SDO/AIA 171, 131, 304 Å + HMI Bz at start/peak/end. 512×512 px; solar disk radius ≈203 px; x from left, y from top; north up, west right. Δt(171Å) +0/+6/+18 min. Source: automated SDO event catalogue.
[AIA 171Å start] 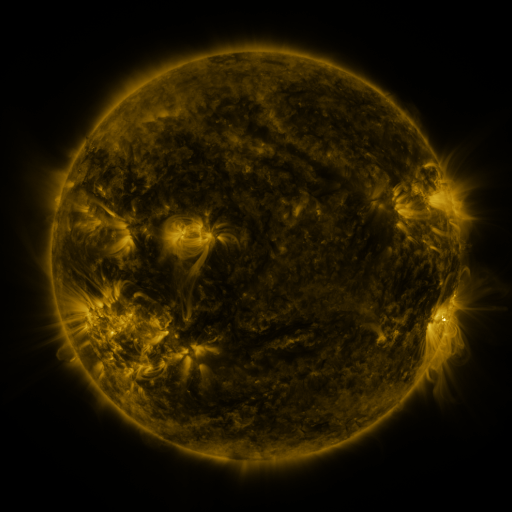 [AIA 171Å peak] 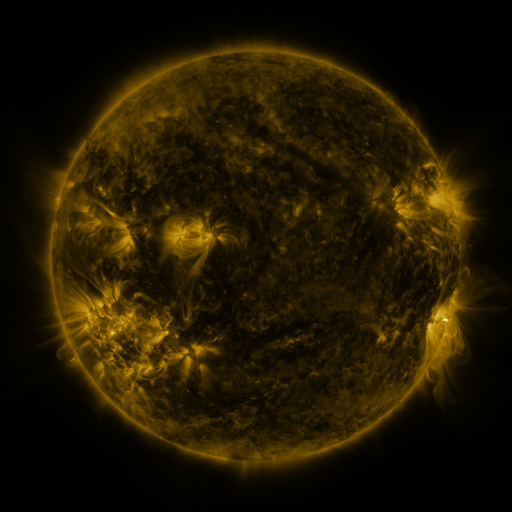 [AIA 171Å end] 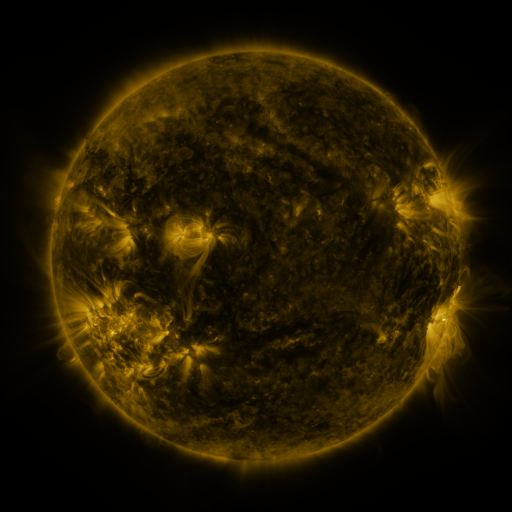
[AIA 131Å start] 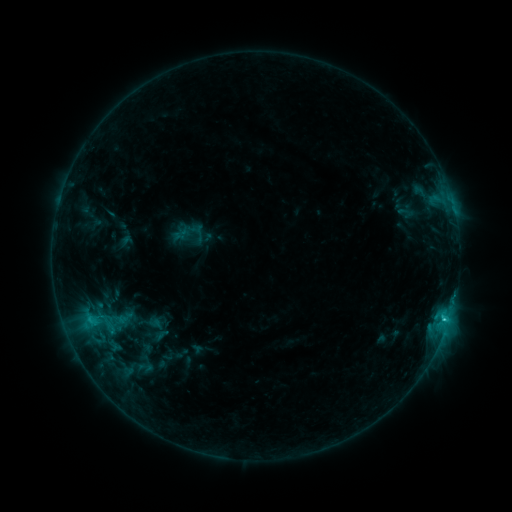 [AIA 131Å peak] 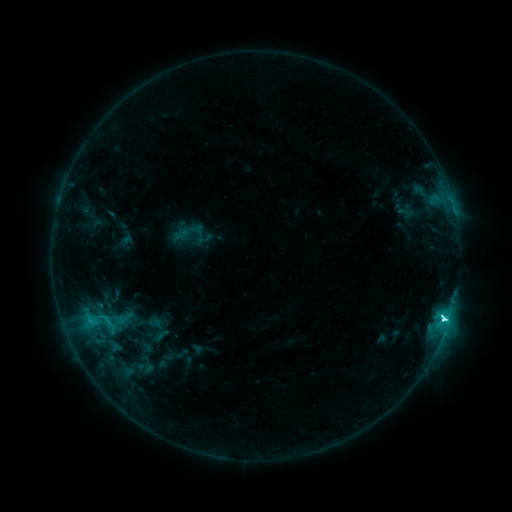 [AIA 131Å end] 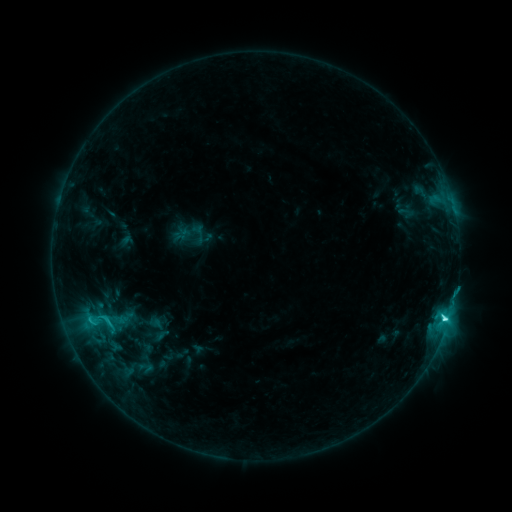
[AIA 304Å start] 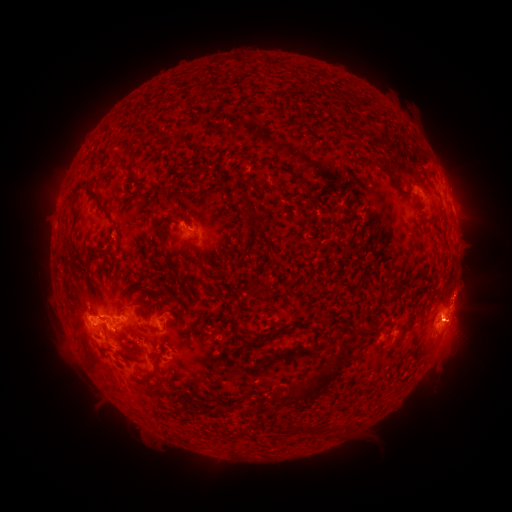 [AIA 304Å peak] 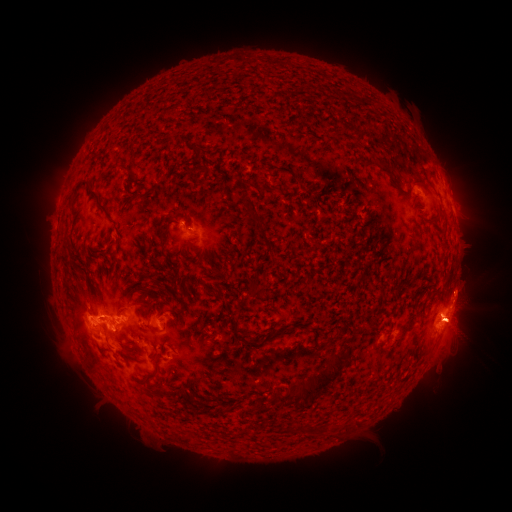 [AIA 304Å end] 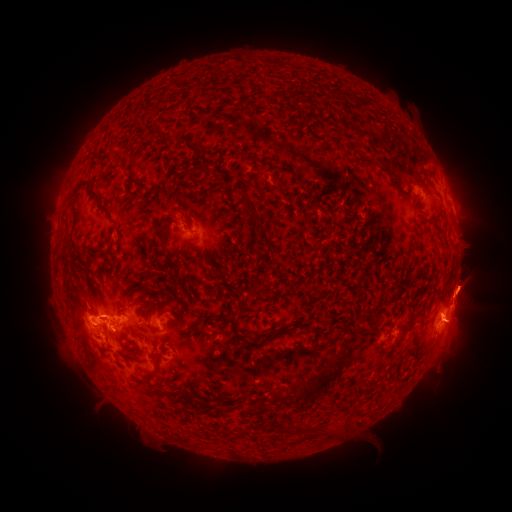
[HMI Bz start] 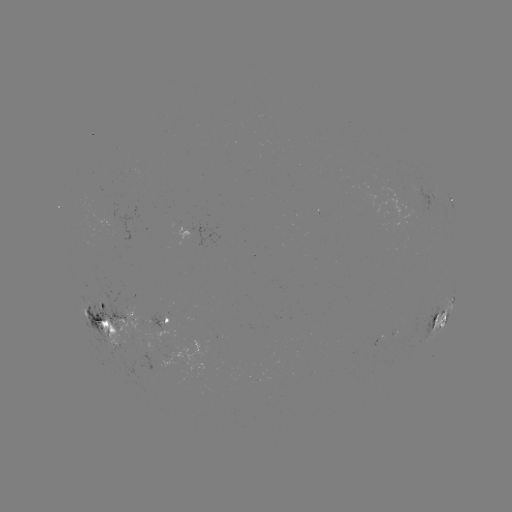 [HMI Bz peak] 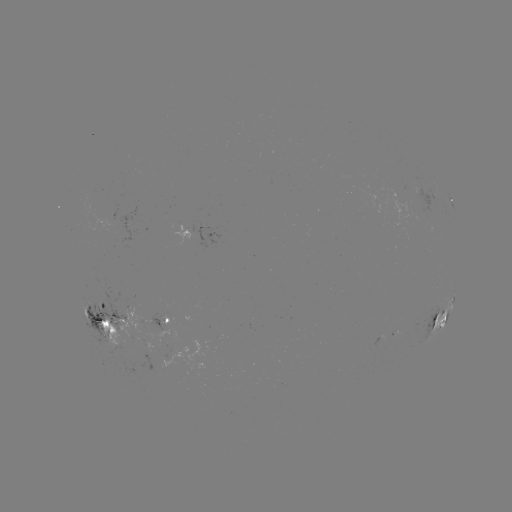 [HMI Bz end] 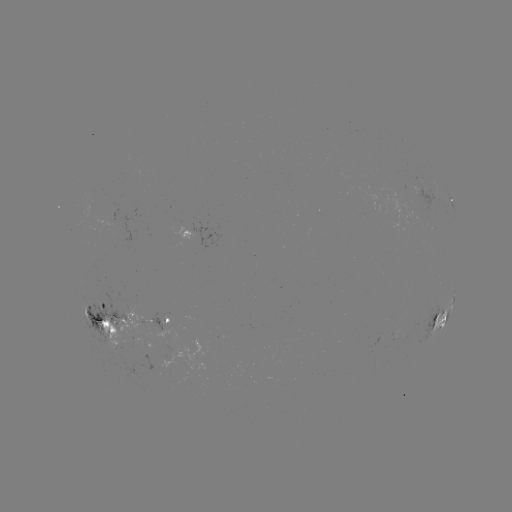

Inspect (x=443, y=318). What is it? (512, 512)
C6.7 flare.